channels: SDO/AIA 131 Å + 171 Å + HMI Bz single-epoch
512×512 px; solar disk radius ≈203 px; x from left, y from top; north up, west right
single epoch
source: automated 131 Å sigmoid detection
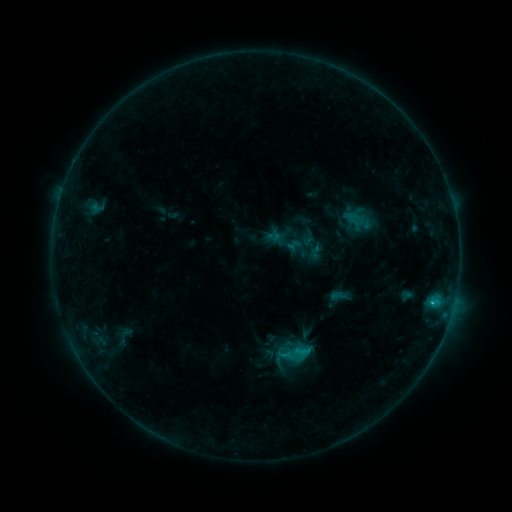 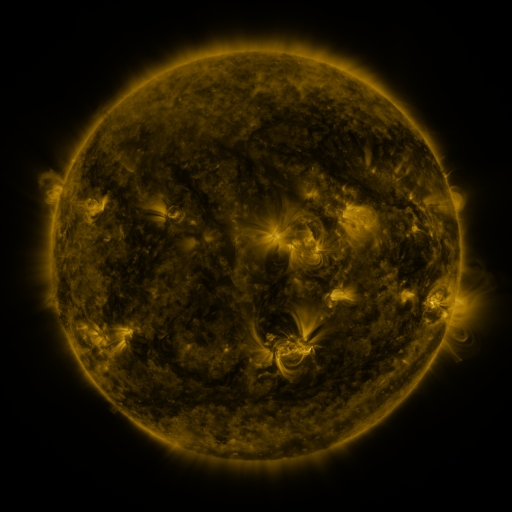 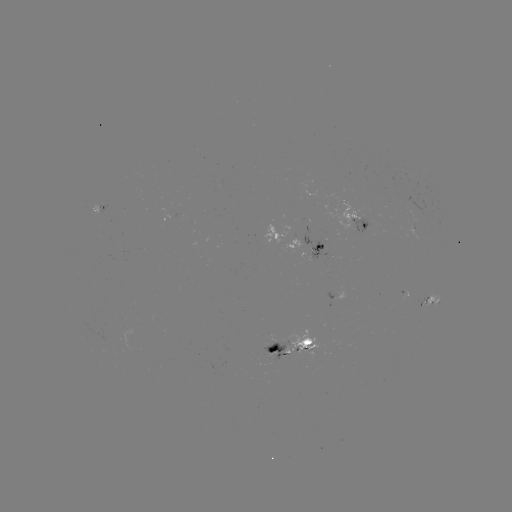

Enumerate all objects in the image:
sigmoid: (295, 354)
